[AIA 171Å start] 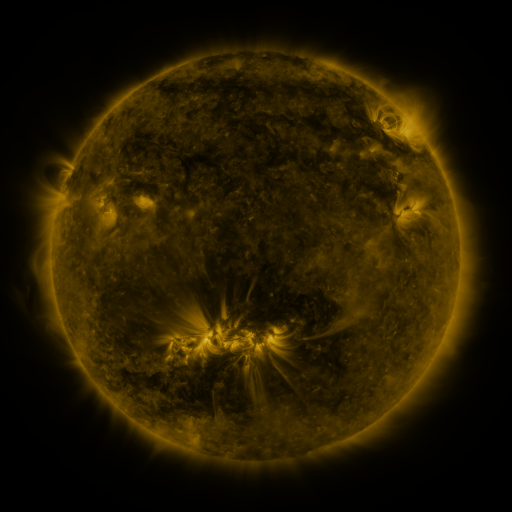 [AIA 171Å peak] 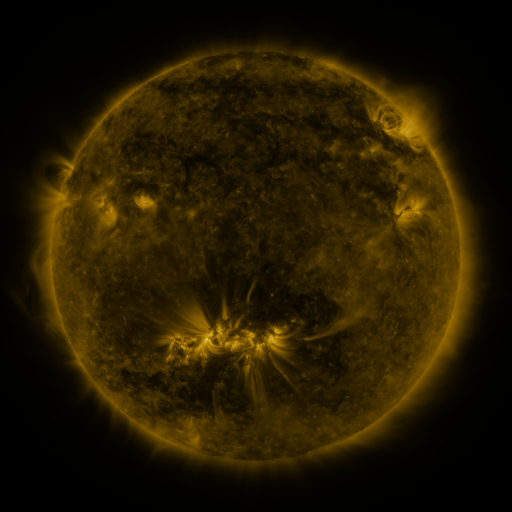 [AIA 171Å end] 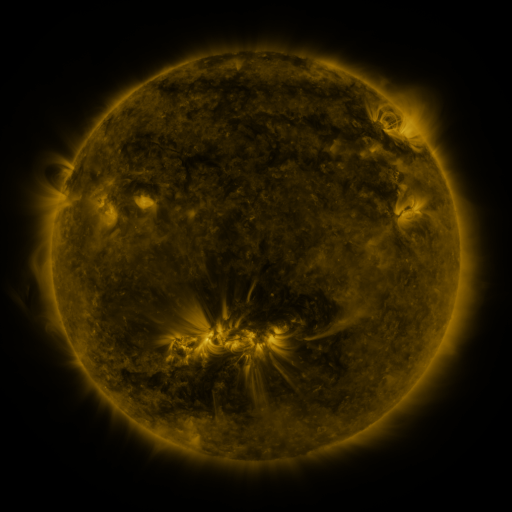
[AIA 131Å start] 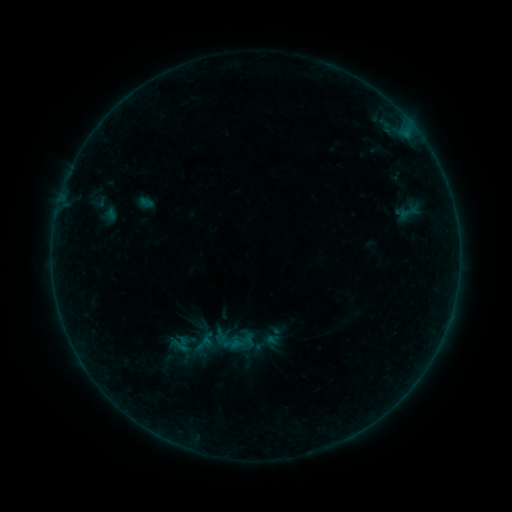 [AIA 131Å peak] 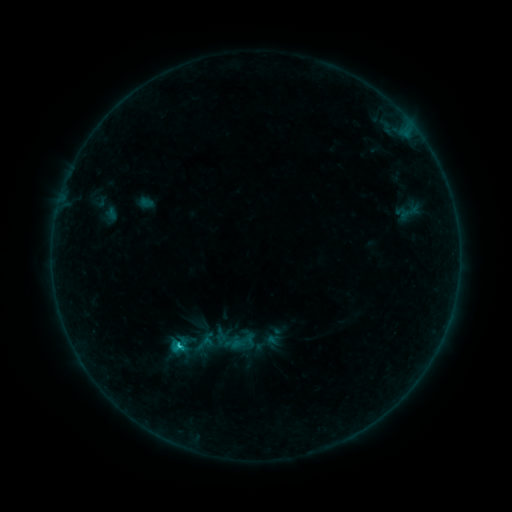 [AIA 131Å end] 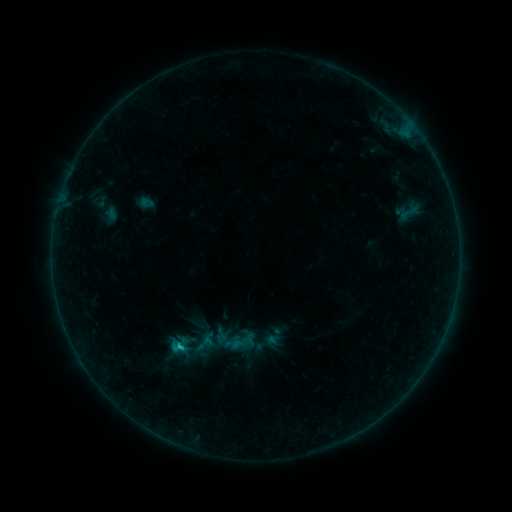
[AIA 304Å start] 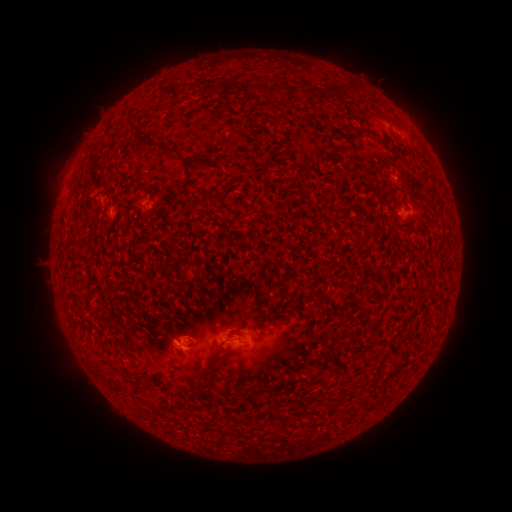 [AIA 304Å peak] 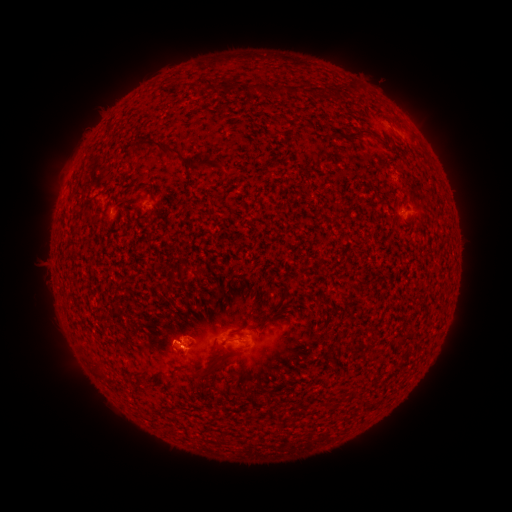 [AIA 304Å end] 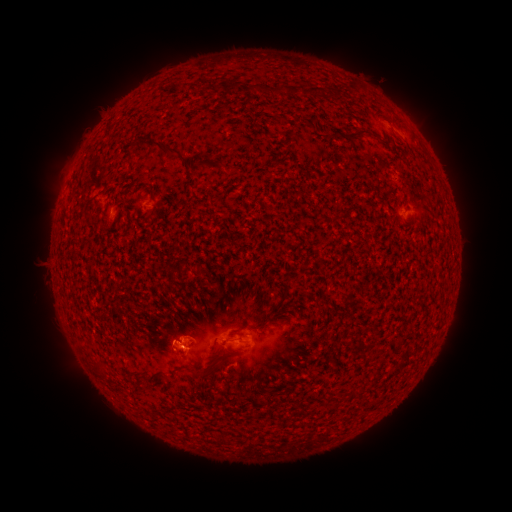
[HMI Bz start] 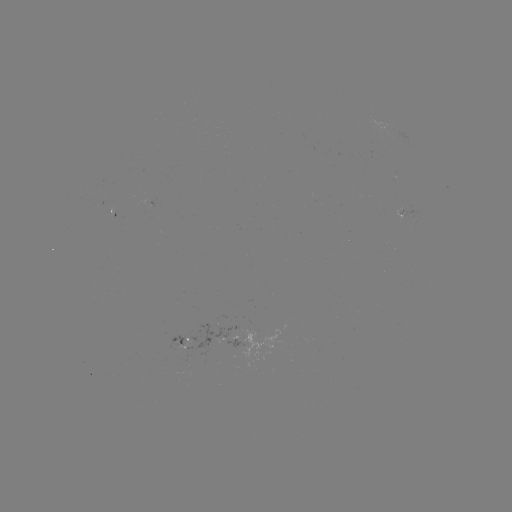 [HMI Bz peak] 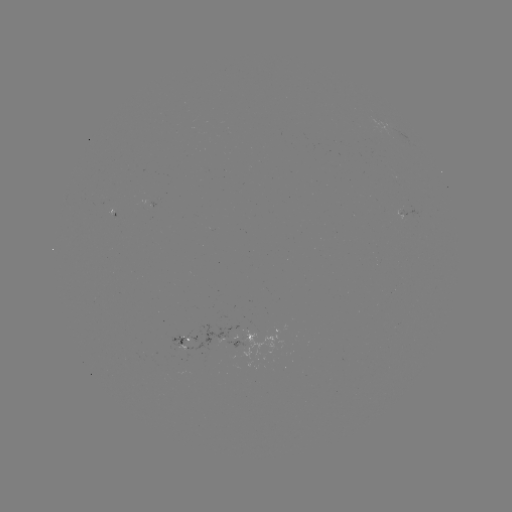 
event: flare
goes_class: B8.9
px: (179, 345)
